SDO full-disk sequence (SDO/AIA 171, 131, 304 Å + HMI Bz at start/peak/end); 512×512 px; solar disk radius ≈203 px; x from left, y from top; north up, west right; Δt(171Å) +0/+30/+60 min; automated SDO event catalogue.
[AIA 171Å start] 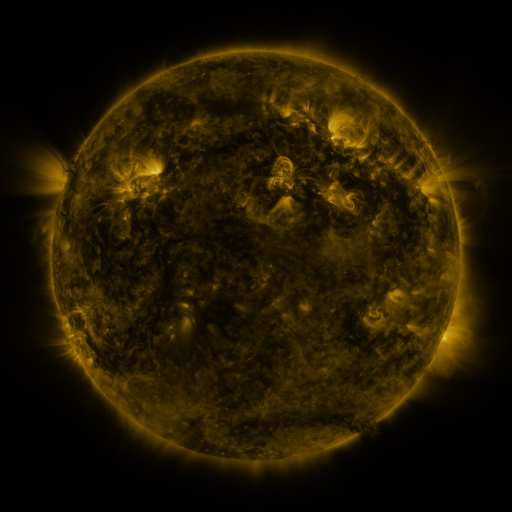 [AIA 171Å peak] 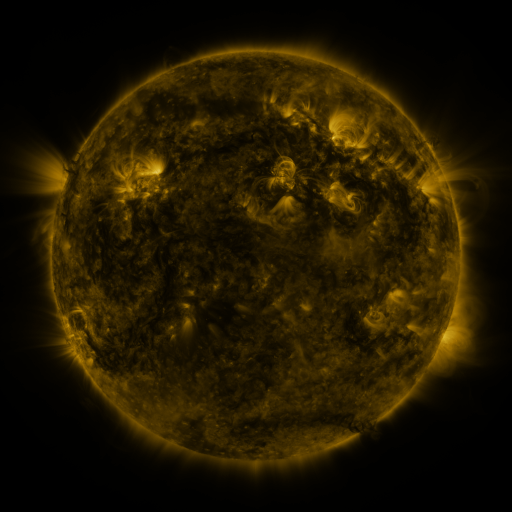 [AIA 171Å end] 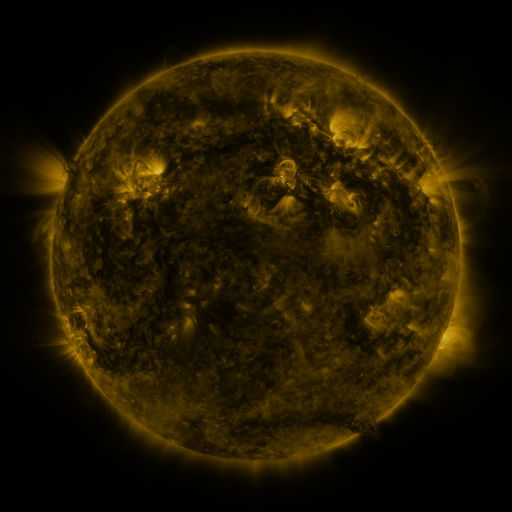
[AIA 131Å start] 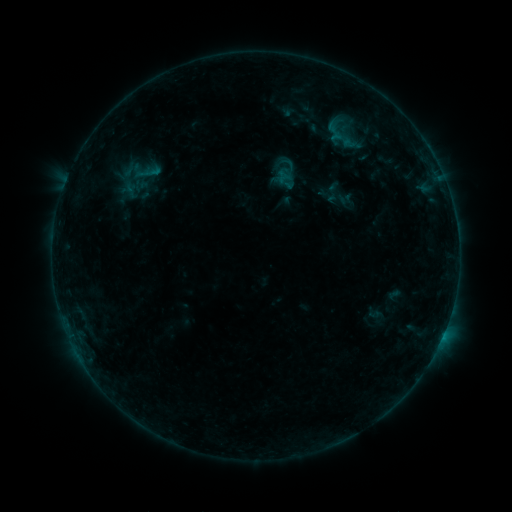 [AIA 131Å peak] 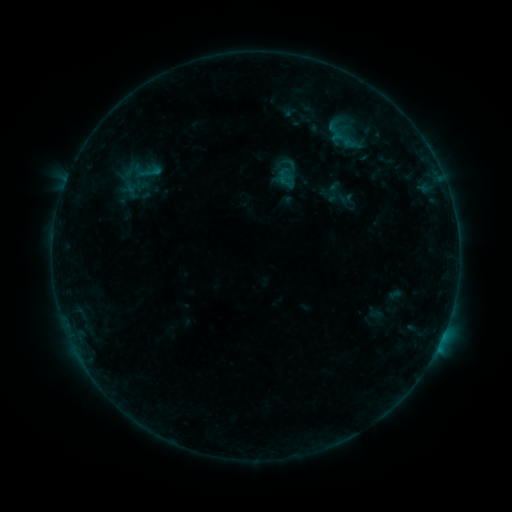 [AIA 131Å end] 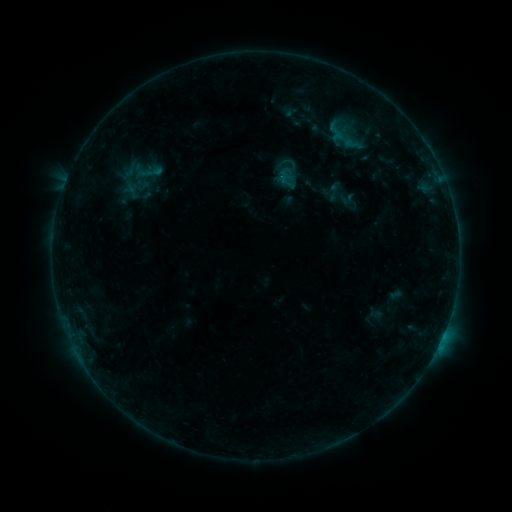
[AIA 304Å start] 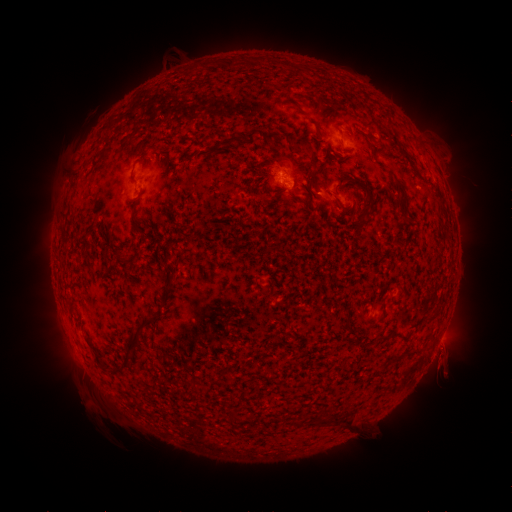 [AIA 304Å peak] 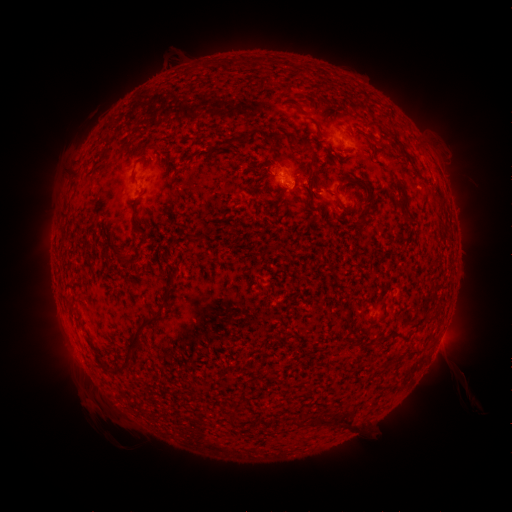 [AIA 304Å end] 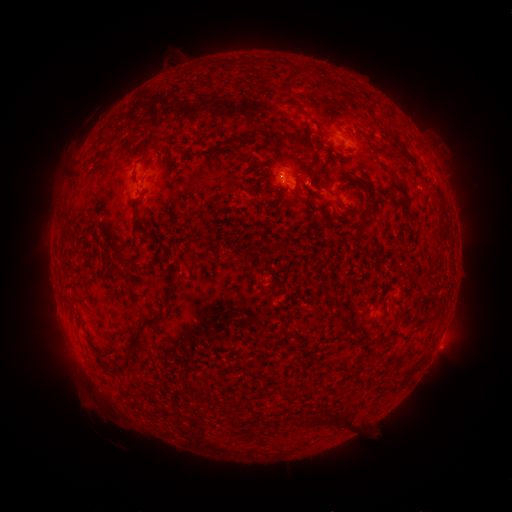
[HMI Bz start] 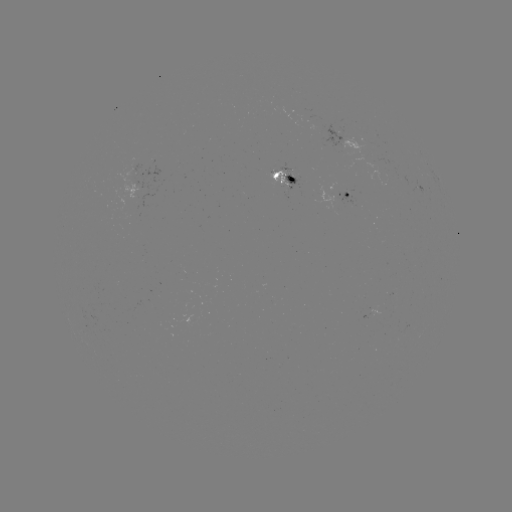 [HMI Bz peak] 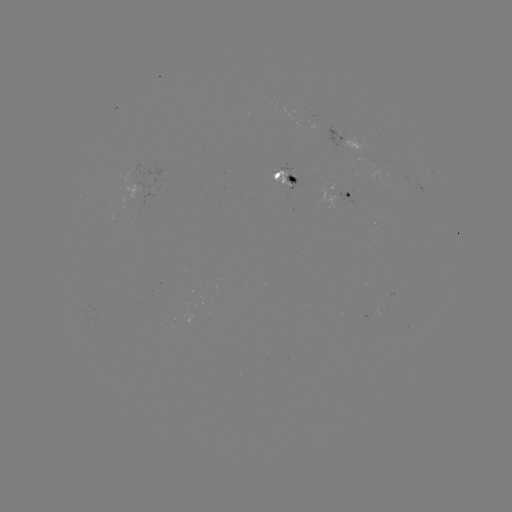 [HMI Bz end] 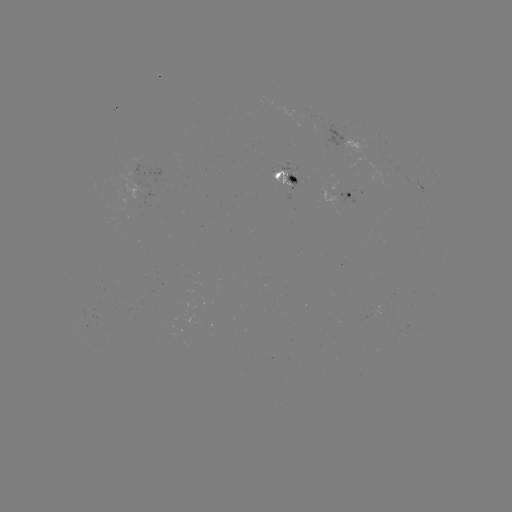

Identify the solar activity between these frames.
B4.9 flare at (438, 342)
